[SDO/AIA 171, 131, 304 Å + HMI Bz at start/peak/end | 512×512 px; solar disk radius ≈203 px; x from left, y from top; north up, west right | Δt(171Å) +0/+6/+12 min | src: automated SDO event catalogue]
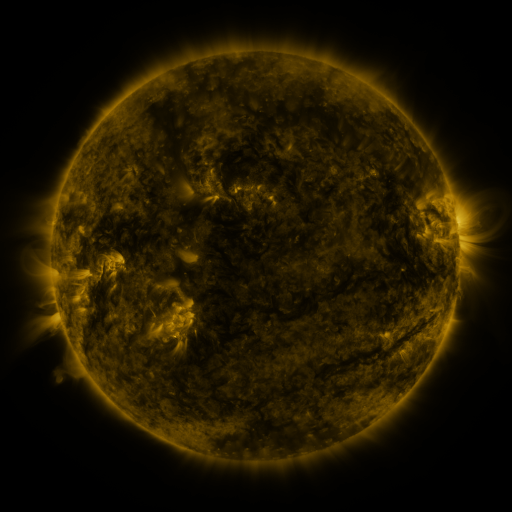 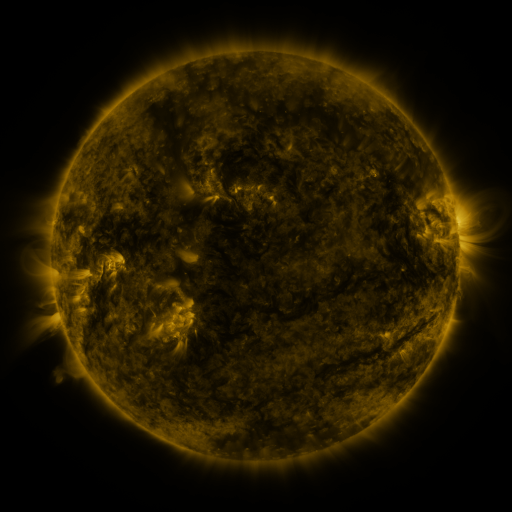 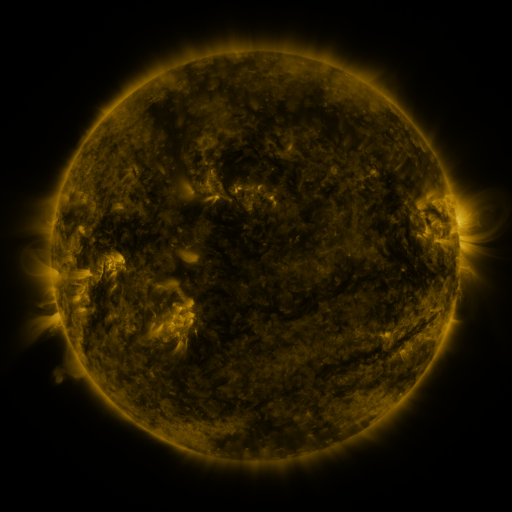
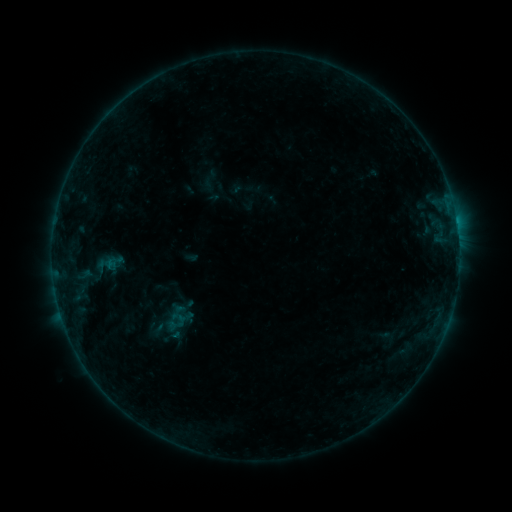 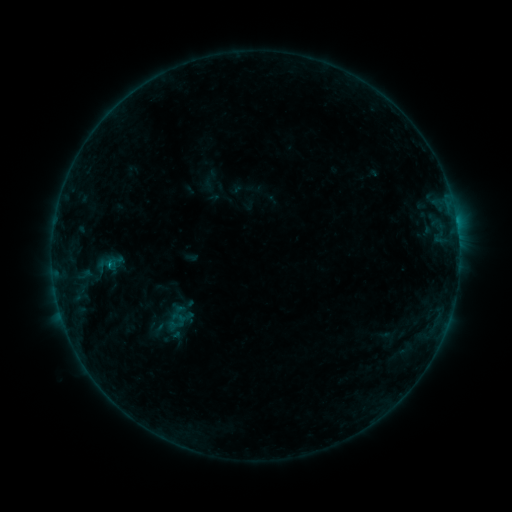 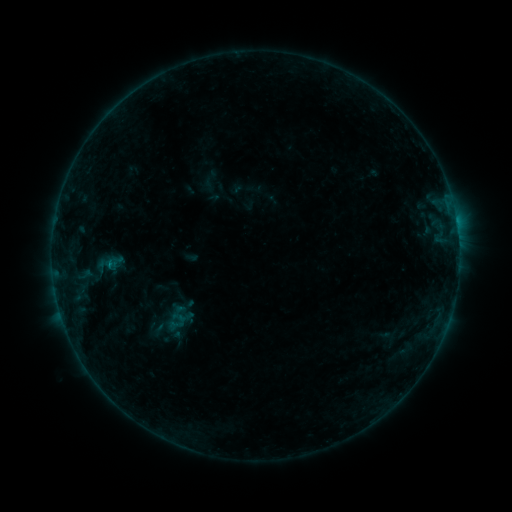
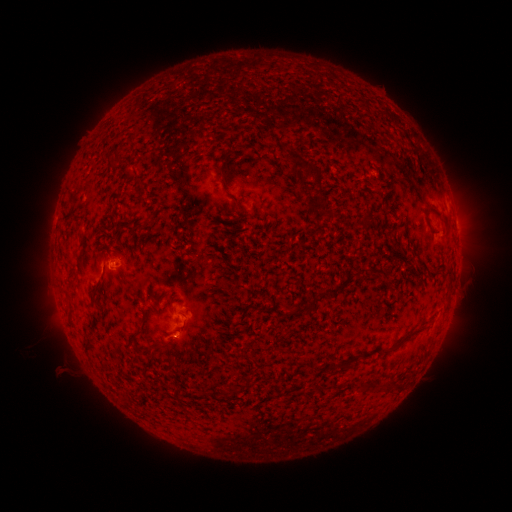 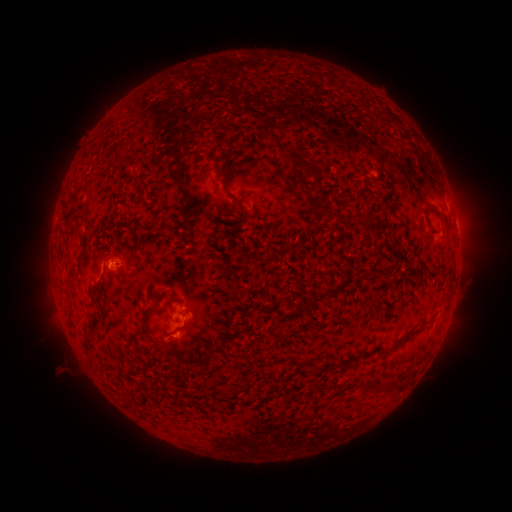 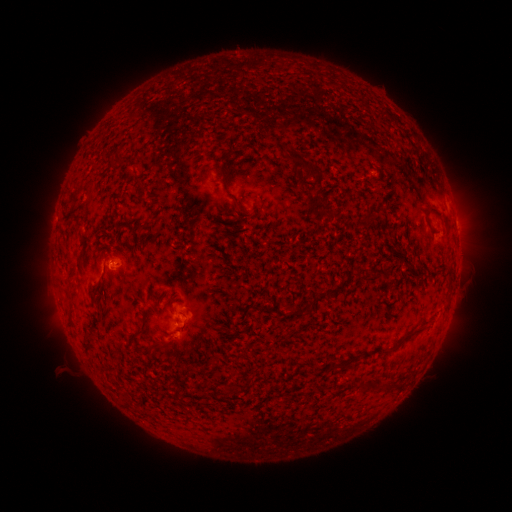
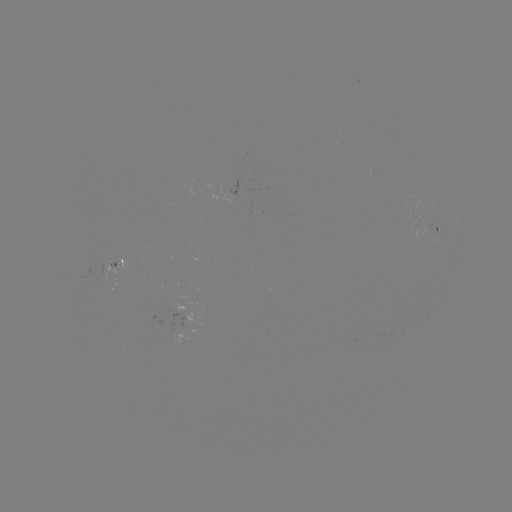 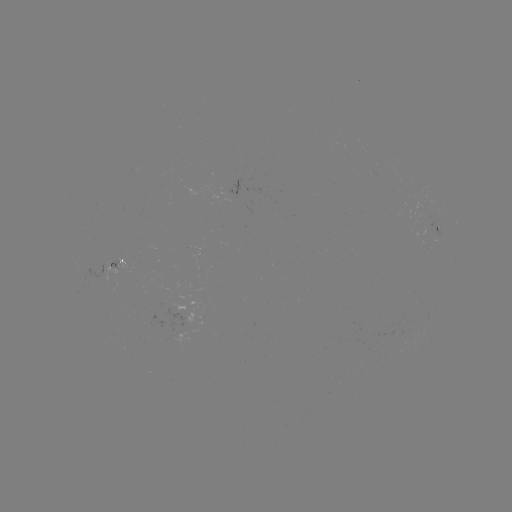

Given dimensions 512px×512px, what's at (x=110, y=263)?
B3.4 flare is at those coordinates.